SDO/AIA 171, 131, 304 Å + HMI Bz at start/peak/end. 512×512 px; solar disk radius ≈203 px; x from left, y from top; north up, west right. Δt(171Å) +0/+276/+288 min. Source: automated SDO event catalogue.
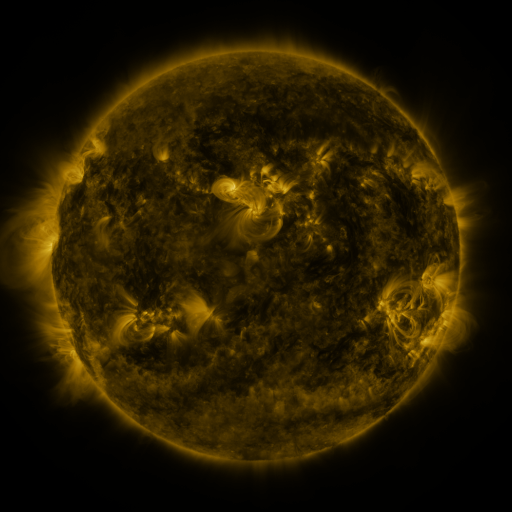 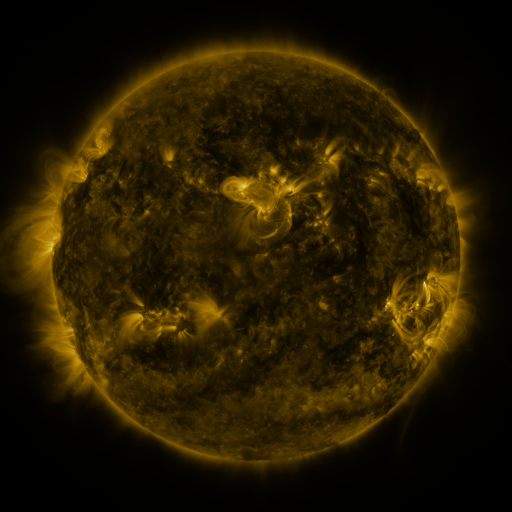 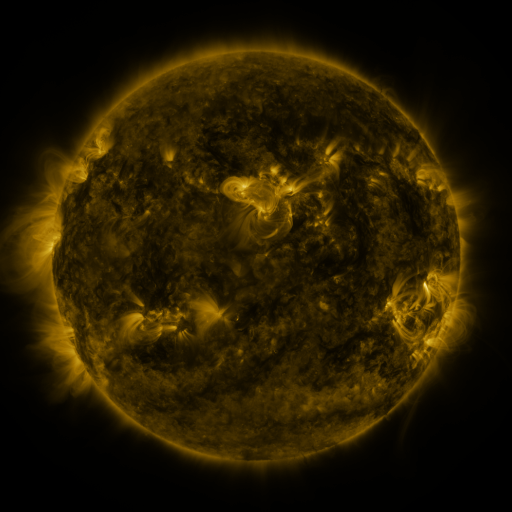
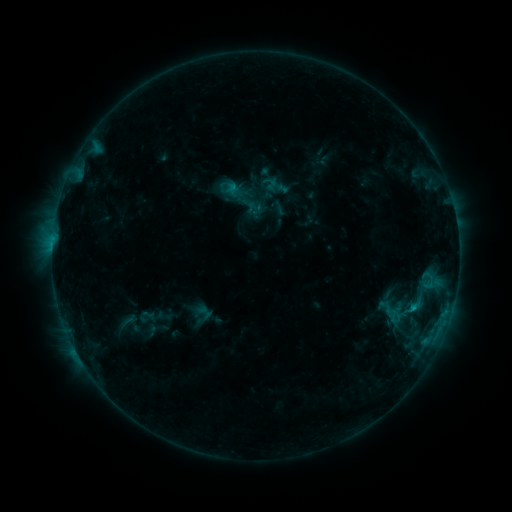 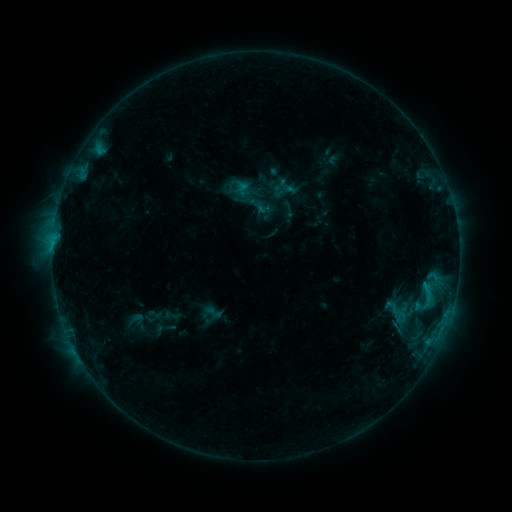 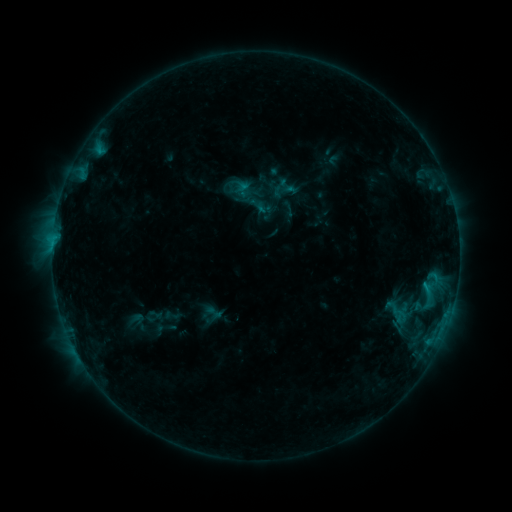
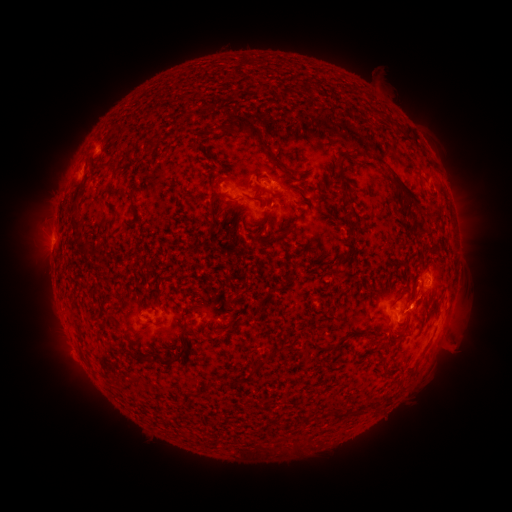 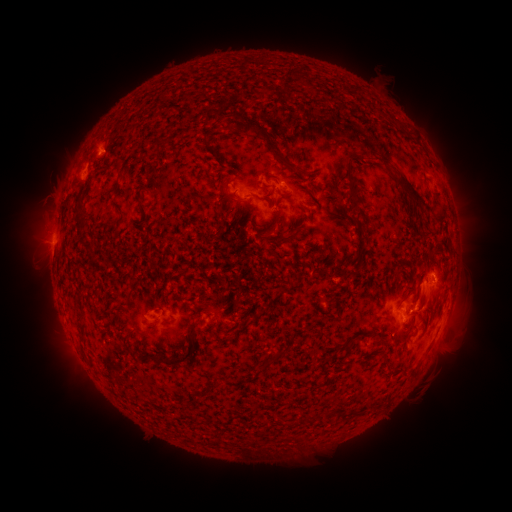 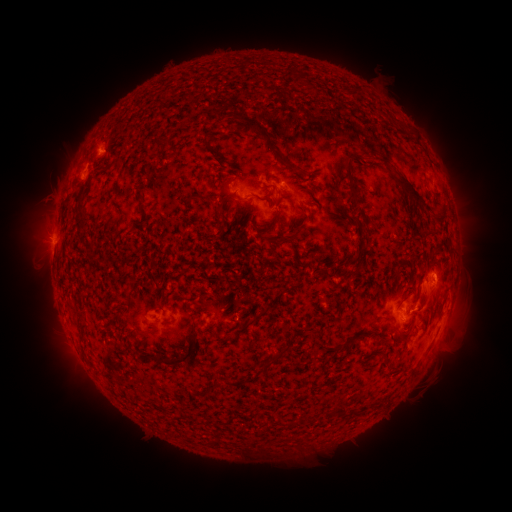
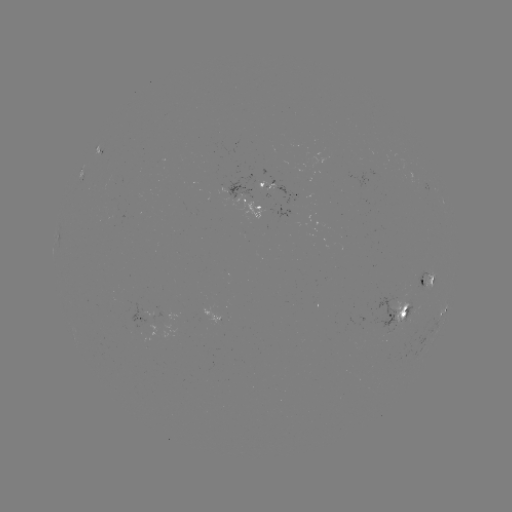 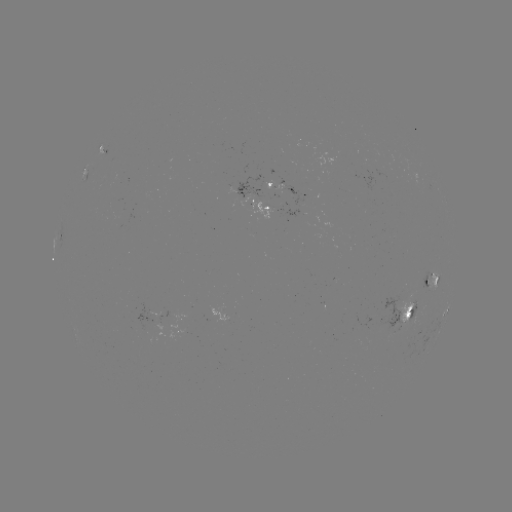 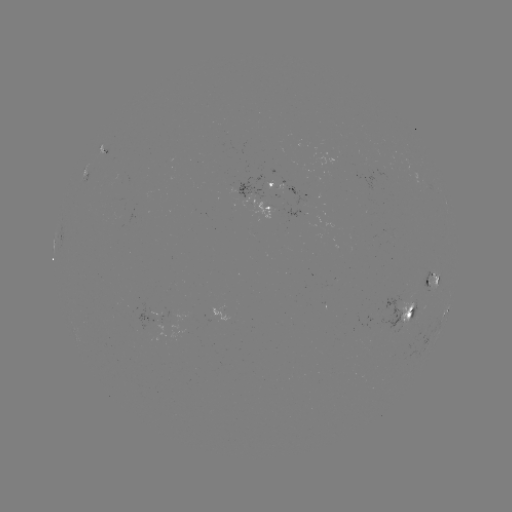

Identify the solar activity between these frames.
emerging-flux region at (403, 320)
